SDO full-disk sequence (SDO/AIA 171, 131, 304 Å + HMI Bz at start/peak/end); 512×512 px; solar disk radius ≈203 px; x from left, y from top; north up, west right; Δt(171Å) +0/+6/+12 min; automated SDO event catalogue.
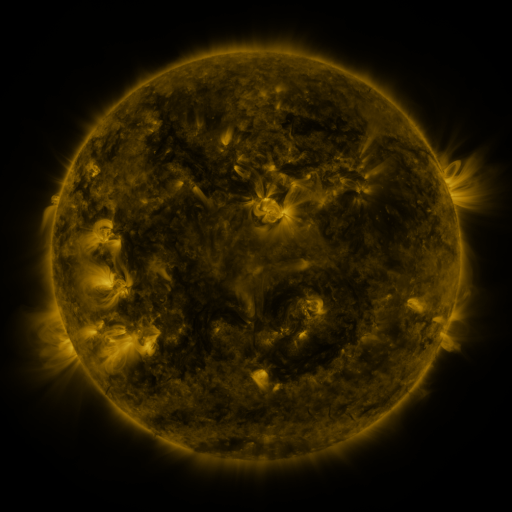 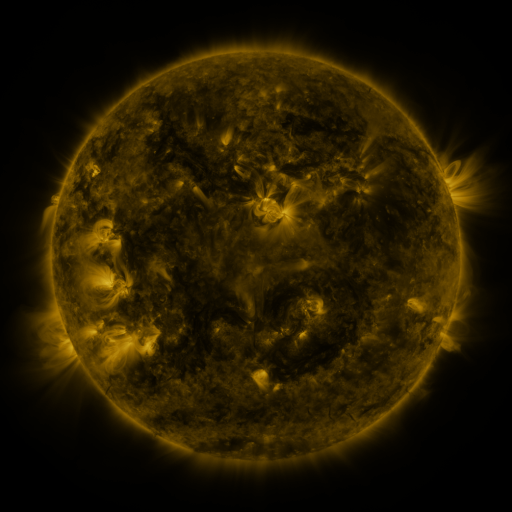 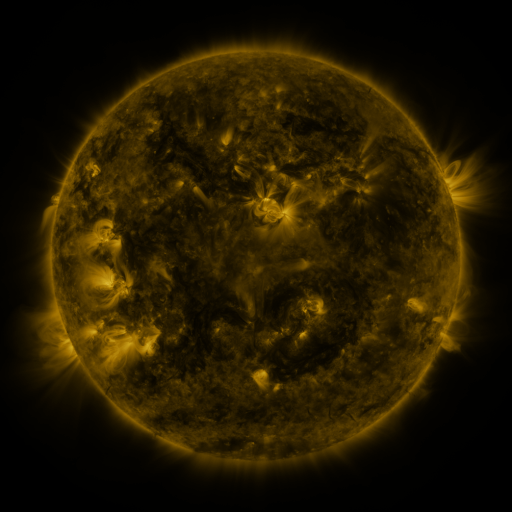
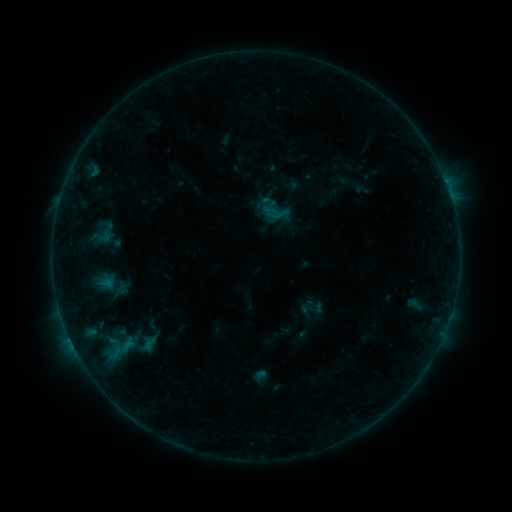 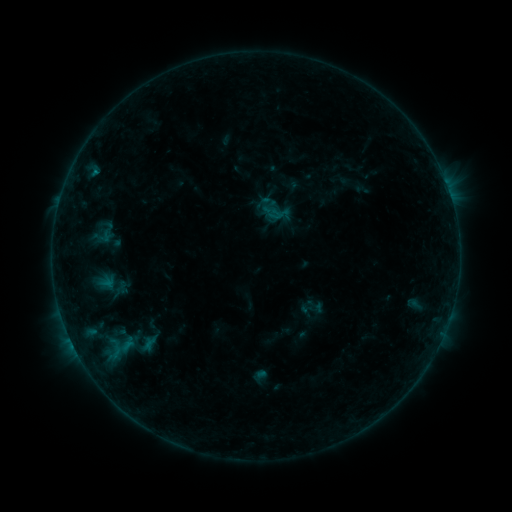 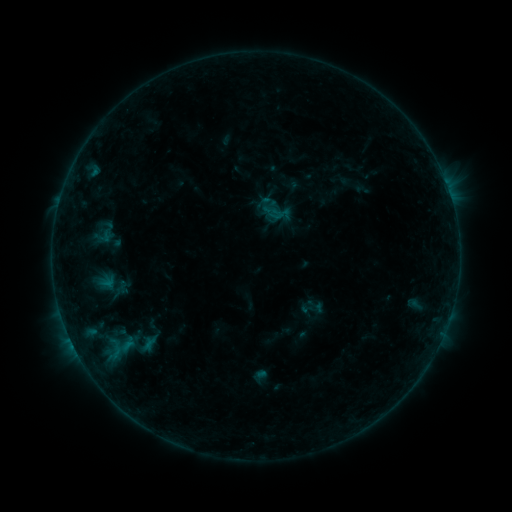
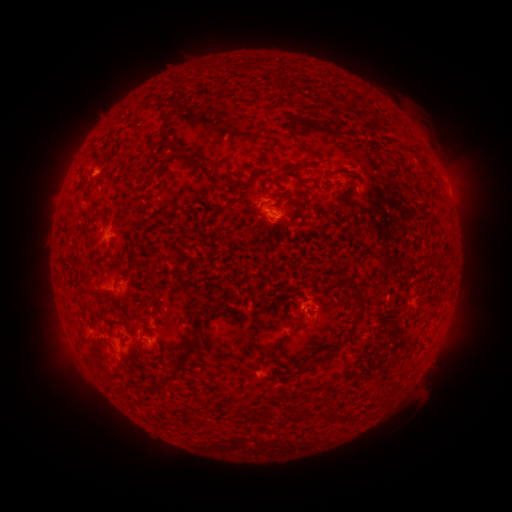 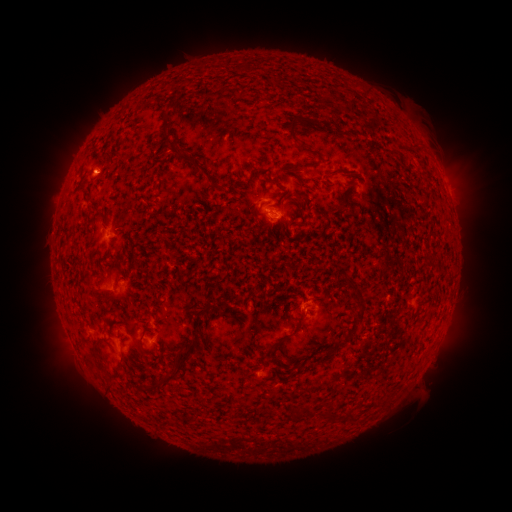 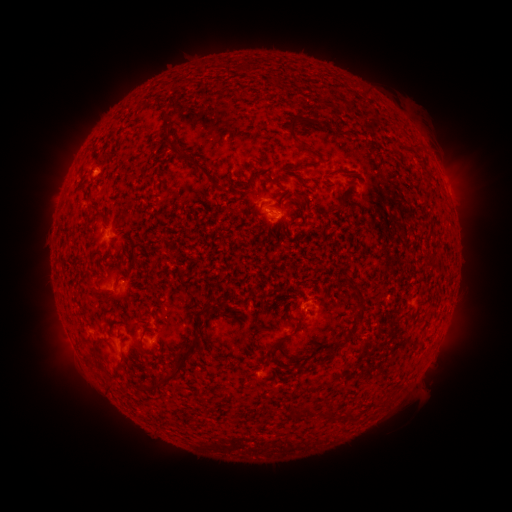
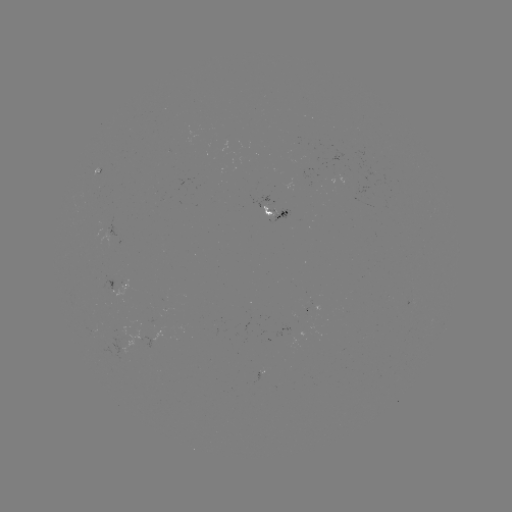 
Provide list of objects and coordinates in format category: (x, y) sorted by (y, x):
B3.2 flare: (96, 173)
